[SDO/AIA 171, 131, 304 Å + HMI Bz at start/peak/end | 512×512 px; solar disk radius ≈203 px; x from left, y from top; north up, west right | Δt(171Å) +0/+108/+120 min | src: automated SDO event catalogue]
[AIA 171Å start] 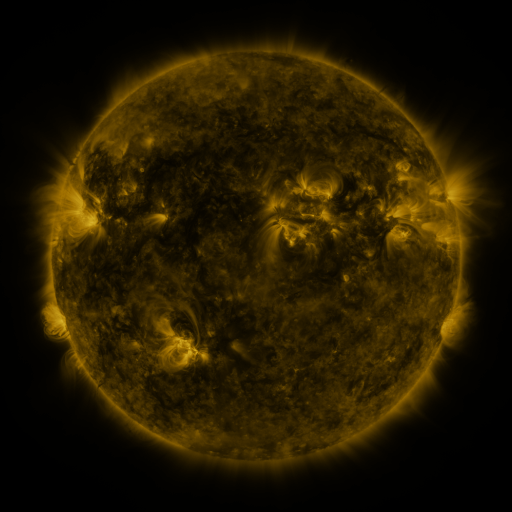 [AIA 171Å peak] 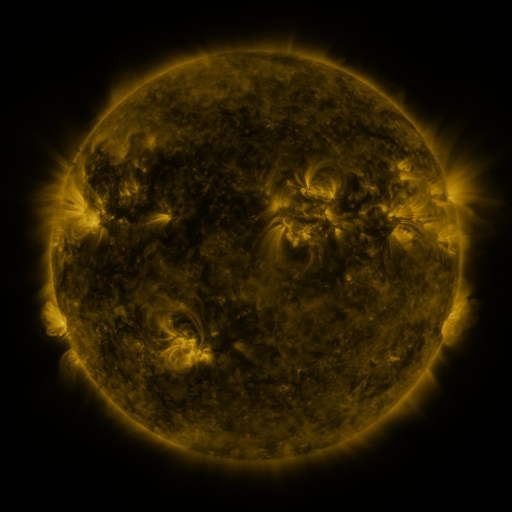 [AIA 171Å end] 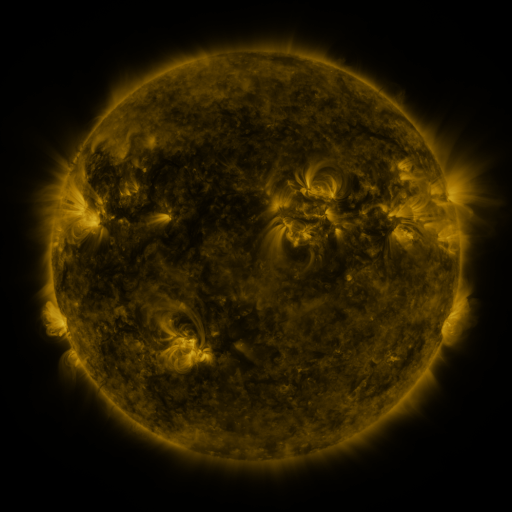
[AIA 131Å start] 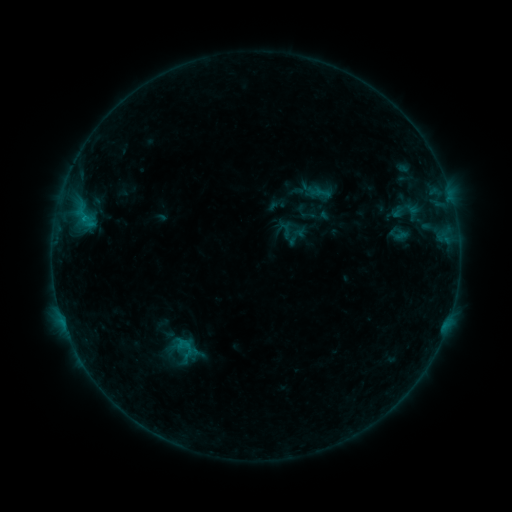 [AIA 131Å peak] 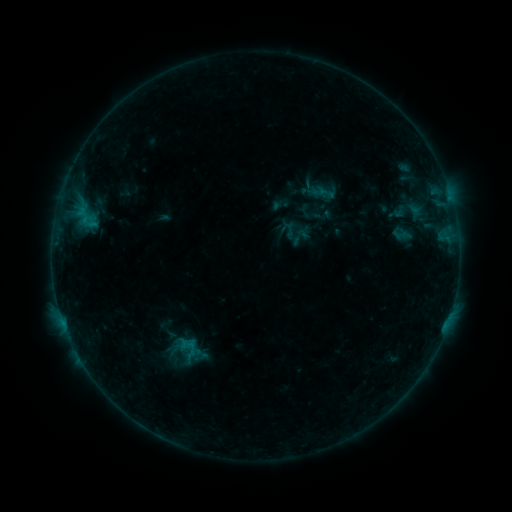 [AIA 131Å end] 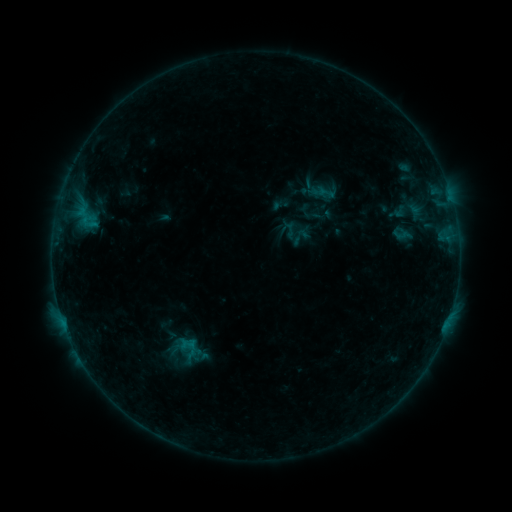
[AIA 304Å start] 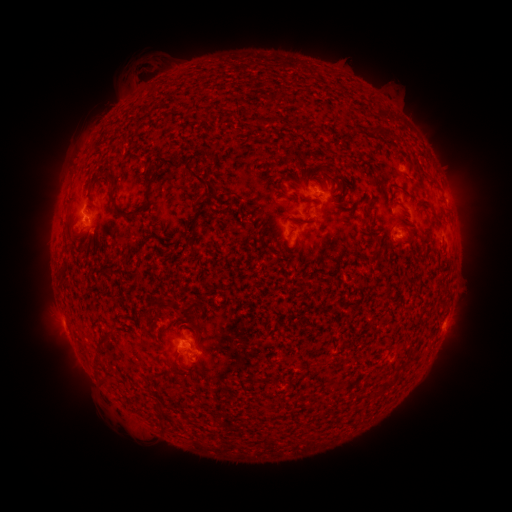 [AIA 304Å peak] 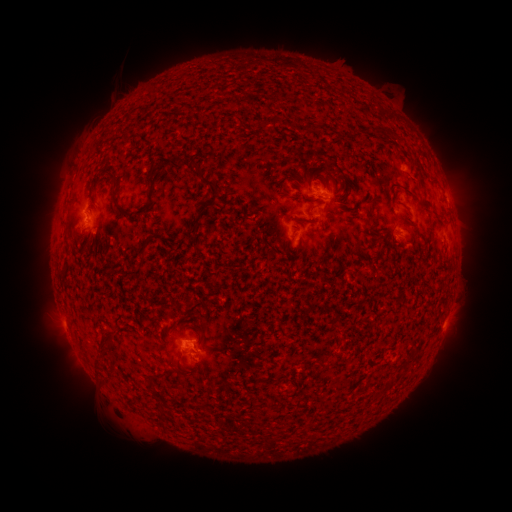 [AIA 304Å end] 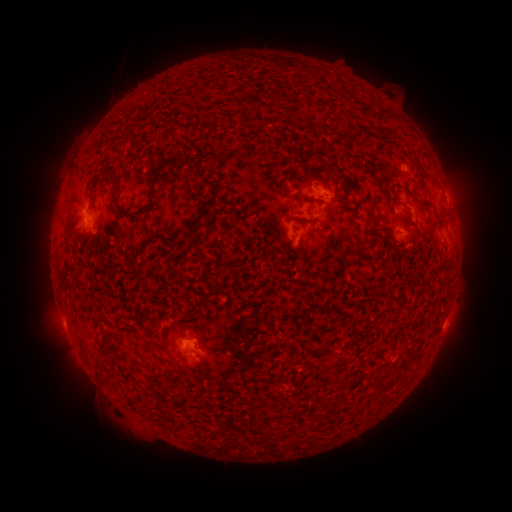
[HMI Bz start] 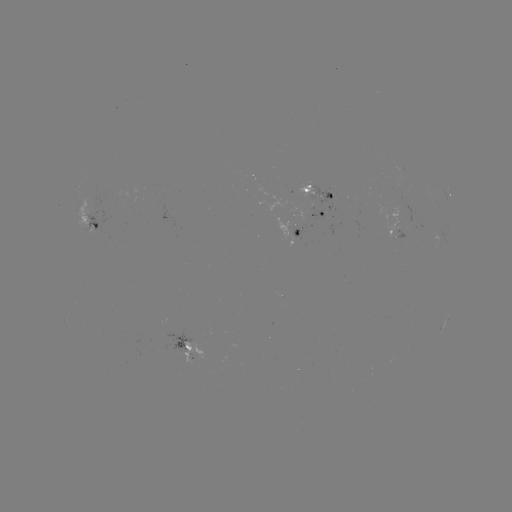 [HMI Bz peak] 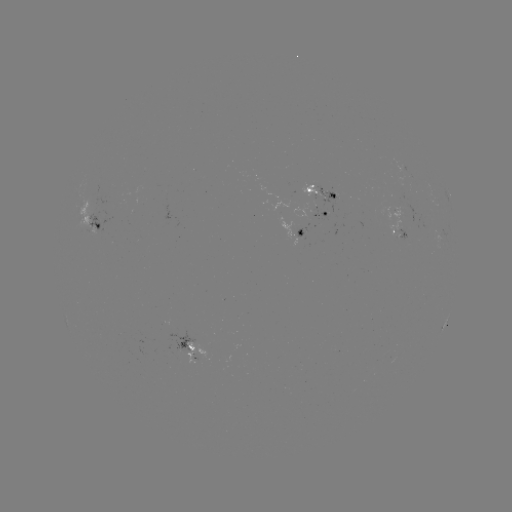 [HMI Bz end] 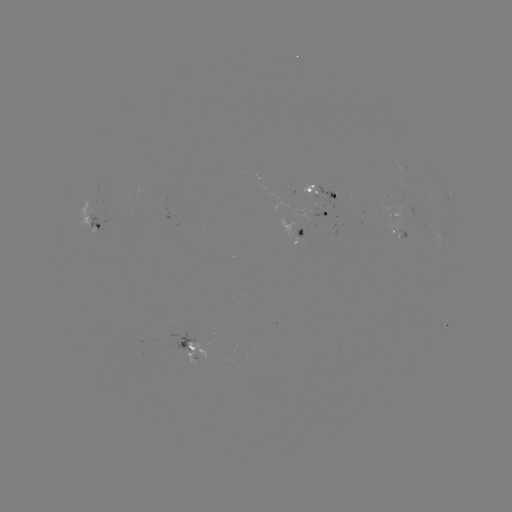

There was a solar emerging-flux region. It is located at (324, 195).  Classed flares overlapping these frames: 2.